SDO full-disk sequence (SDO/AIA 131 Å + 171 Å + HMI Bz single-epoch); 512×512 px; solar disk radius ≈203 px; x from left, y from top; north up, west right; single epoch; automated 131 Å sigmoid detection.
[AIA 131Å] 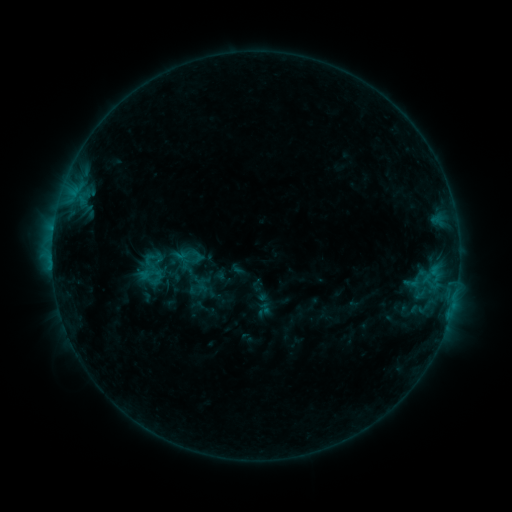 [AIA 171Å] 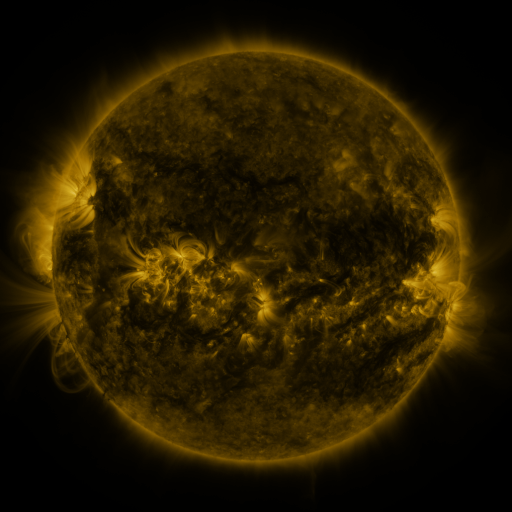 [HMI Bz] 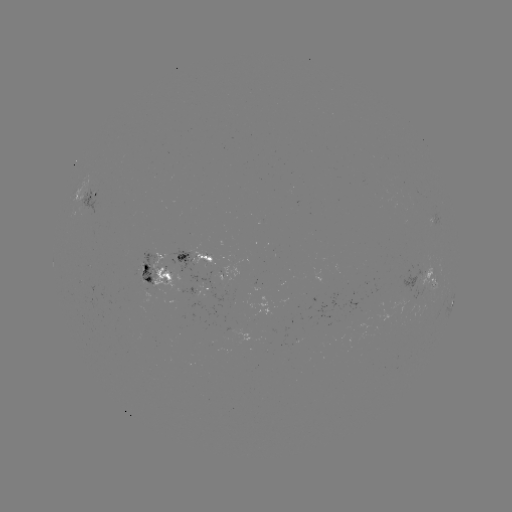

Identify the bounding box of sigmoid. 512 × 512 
[402, 271, 420, 294].